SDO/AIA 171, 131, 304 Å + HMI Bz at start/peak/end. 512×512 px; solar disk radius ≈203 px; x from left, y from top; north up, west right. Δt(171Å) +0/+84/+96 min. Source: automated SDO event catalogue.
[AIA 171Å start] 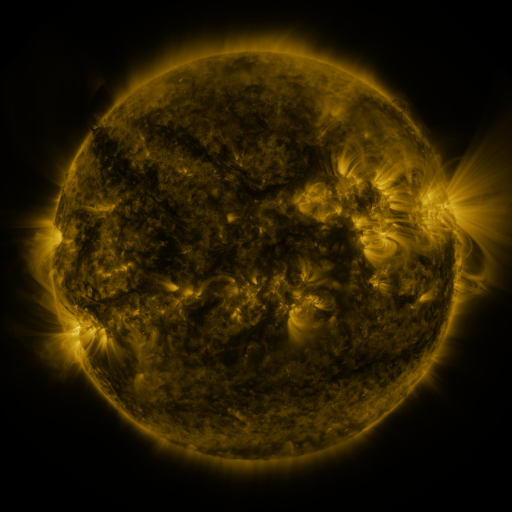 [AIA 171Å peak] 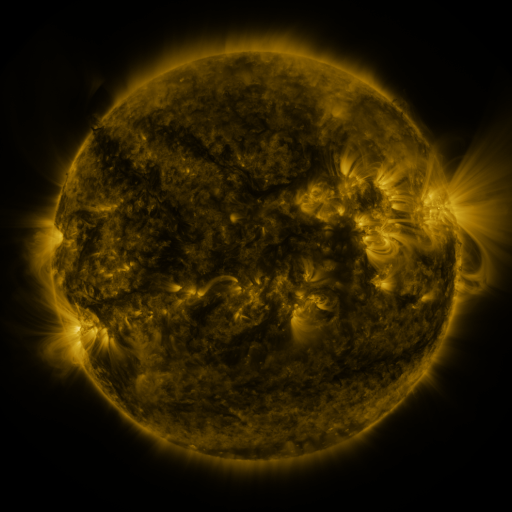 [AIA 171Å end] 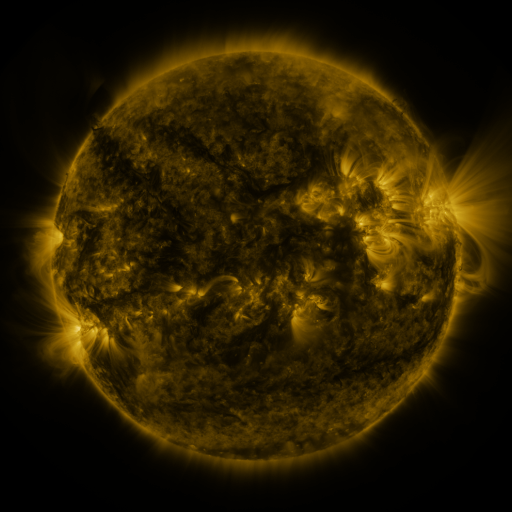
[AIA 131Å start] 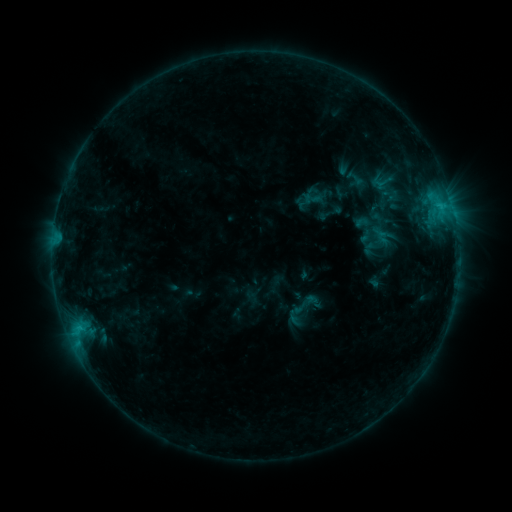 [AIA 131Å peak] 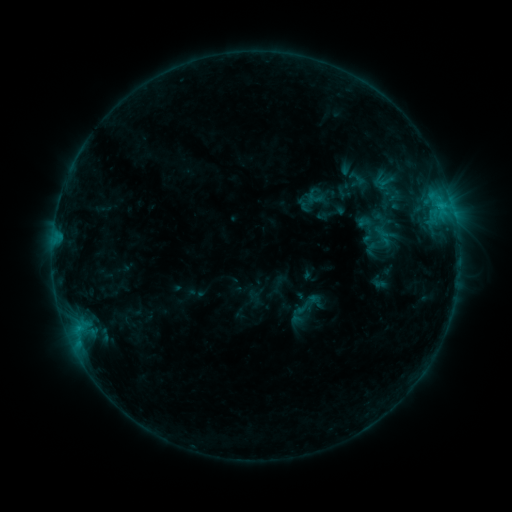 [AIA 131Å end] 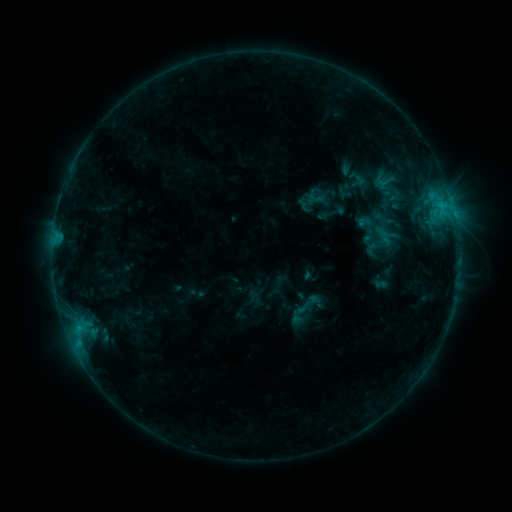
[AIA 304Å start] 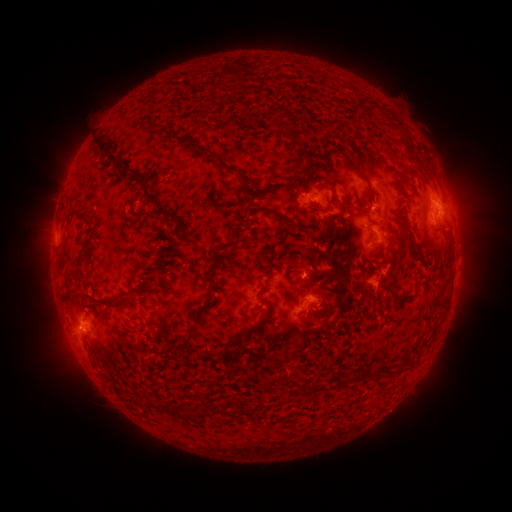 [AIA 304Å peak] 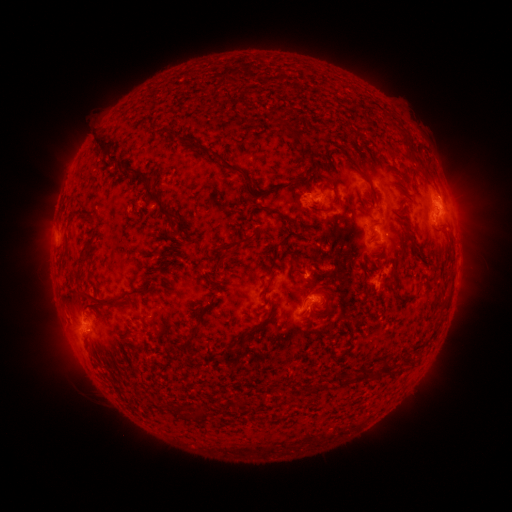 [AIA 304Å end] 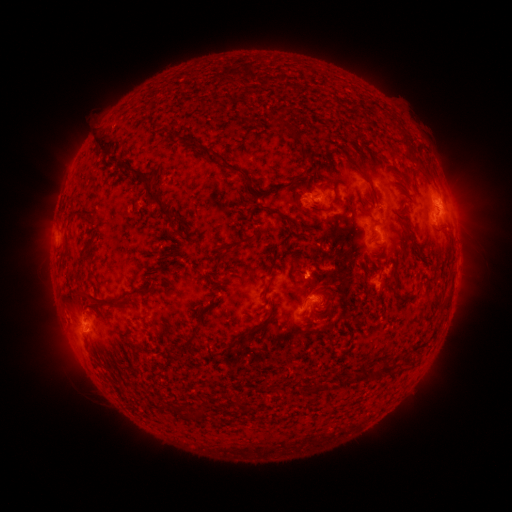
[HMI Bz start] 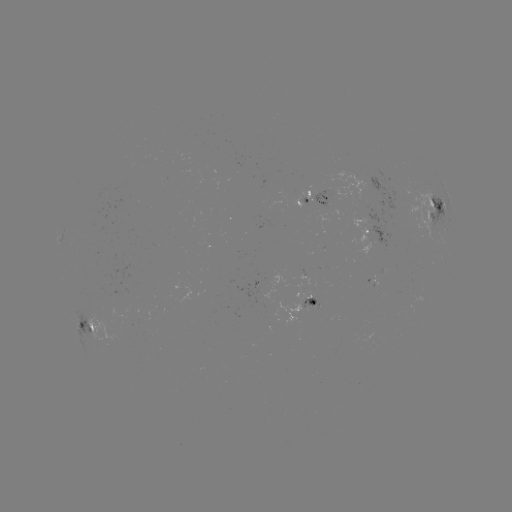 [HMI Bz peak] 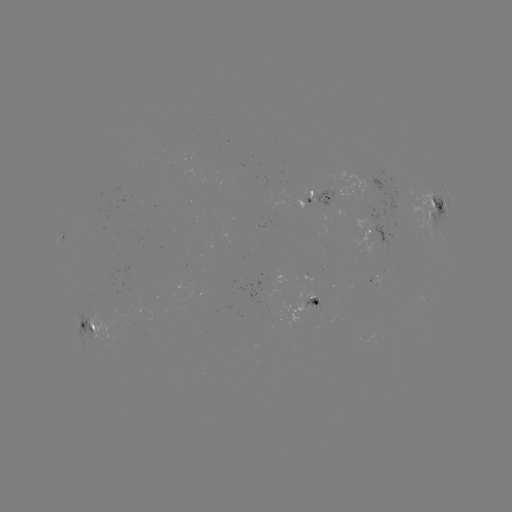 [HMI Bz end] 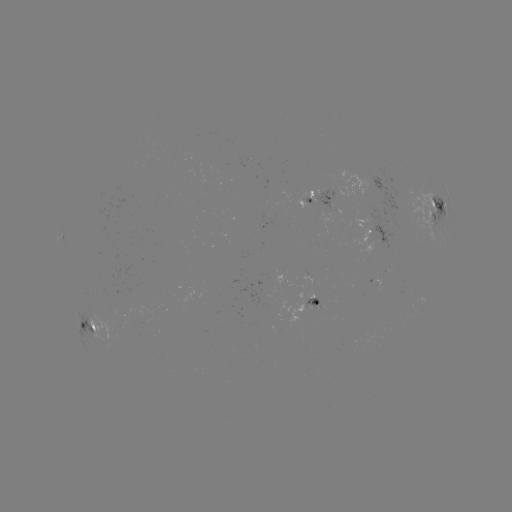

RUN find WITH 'emerging-flux region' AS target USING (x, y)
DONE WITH (307, 196) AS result